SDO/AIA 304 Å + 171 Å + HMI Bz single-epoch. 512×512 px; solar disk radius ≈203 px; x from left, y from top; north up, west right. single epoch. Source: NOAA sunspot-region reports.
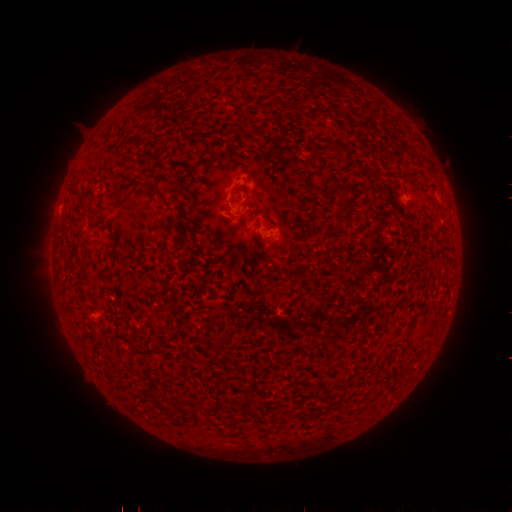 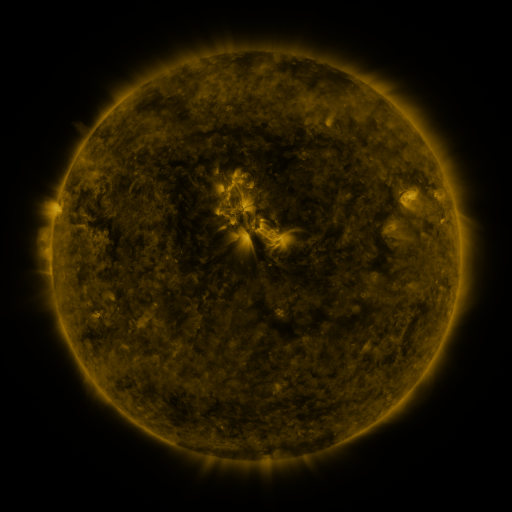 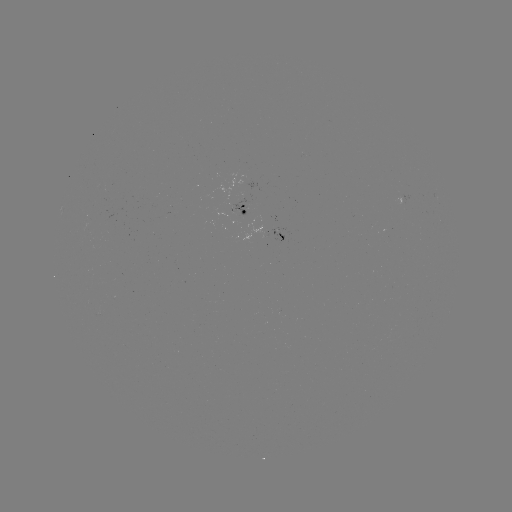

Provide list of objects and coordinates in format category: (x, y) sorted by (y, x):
spotted active region: (245, 213)
spotted active region: (280, 238)
